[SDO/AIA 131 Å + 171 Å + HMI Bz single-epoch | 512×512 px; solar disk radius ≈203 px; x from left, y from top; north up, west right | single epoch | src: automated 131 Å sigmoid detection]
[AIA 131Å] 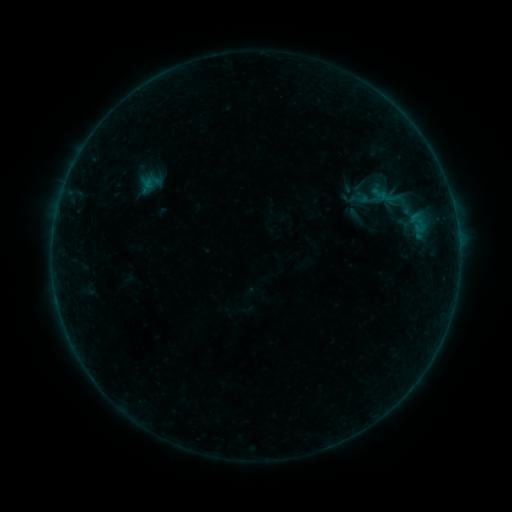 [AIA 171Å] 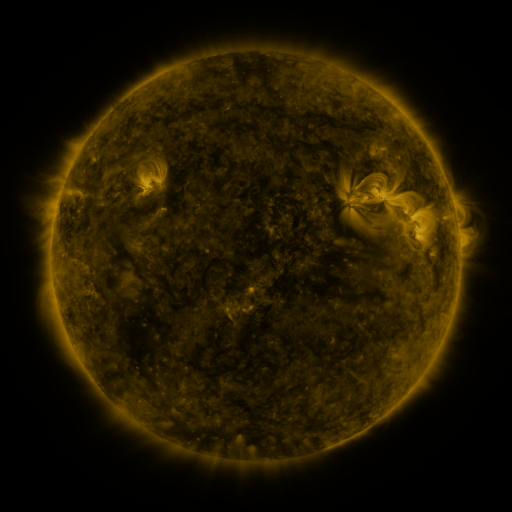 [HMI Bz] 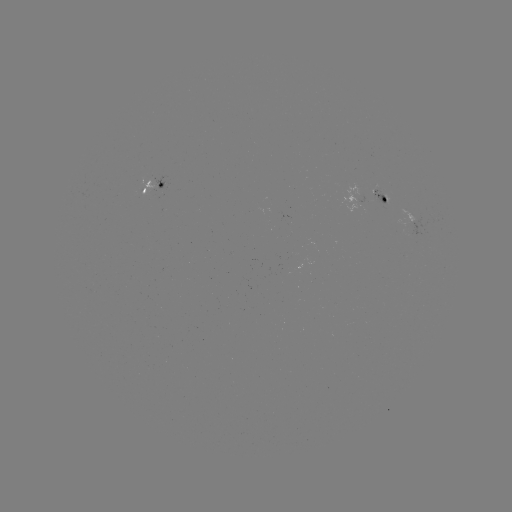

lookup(sigmoid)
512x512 [404, 202]